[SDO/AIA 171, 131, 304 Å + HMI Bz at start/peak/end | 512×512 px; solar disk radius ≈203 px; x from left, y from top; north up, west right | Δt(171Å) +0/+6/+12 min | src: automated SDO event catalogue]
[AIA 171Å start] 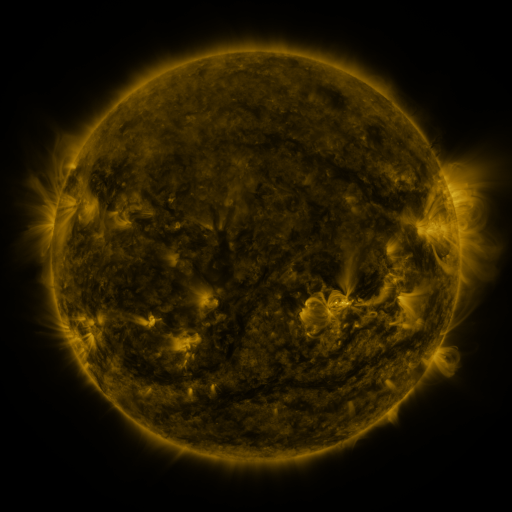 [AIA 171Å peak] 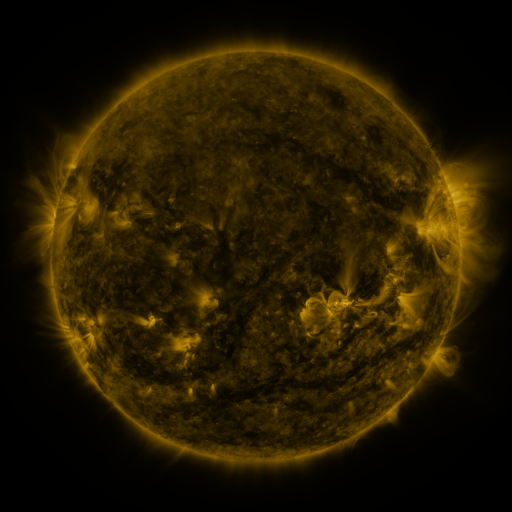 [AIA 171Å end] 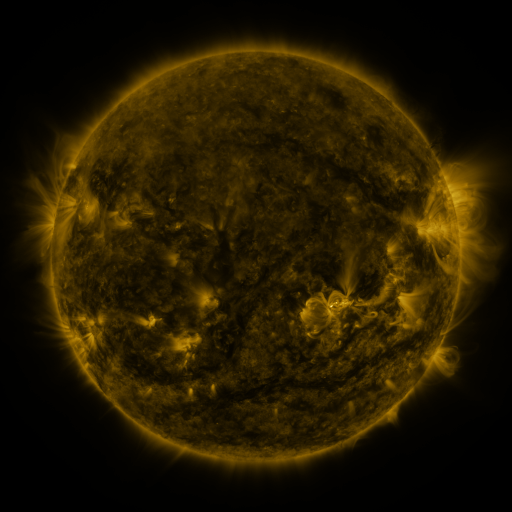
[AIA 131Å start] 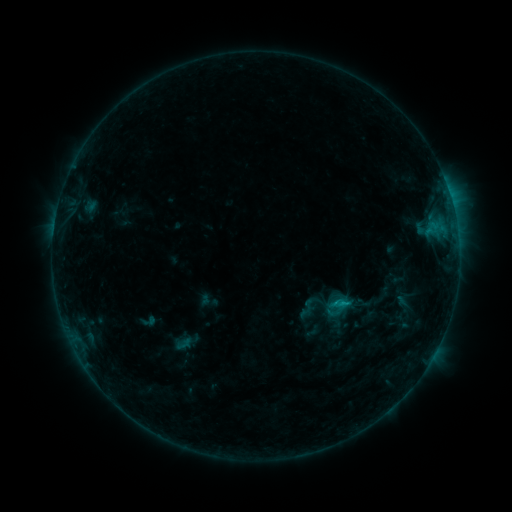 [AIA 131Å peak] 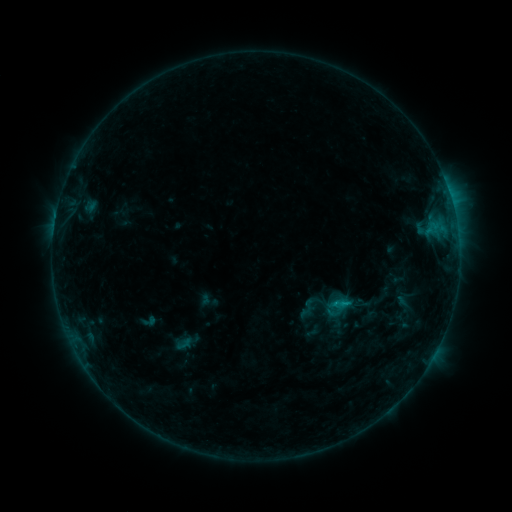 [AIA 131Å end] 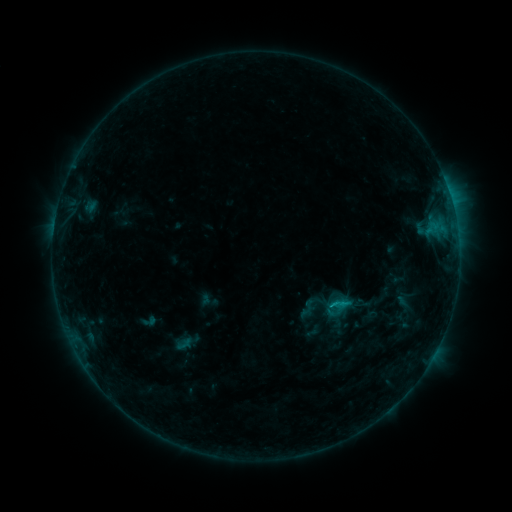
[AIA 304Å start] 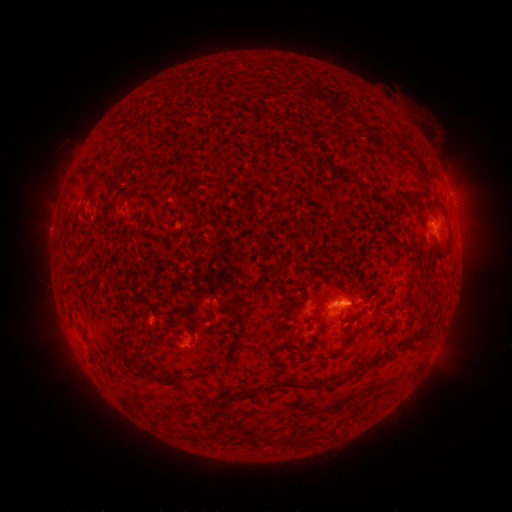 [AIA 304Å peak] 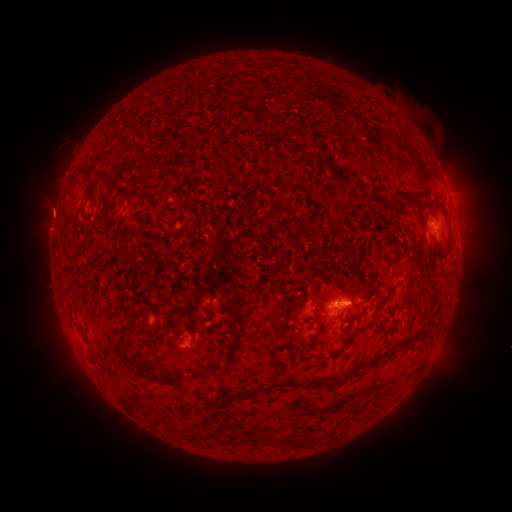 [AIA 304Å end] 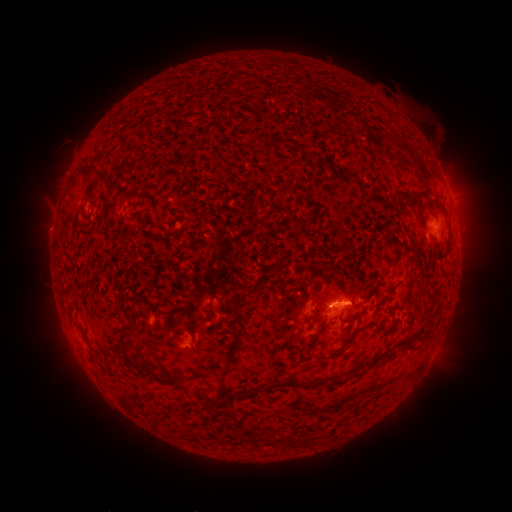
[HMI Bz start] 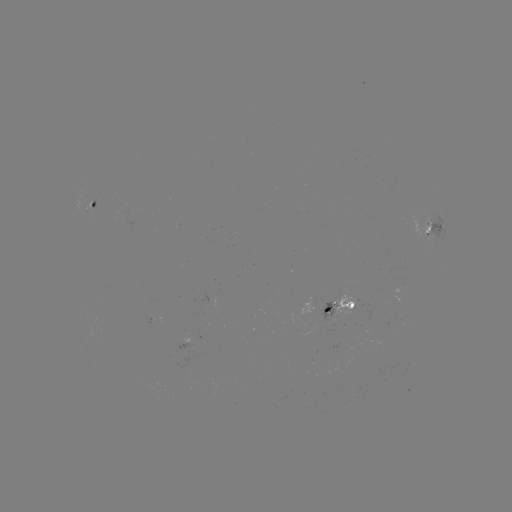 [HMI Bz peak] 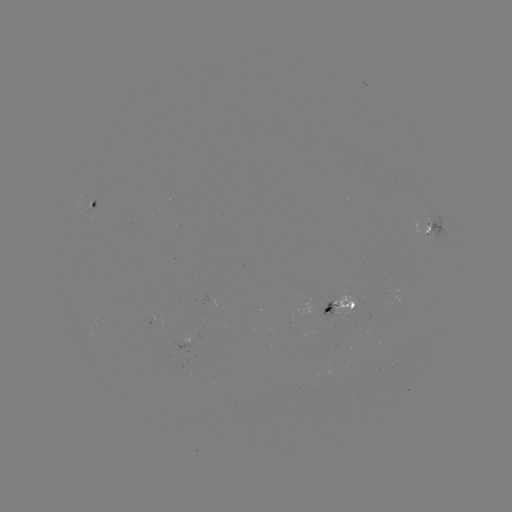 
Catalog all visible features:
eruption: (48, 210)
